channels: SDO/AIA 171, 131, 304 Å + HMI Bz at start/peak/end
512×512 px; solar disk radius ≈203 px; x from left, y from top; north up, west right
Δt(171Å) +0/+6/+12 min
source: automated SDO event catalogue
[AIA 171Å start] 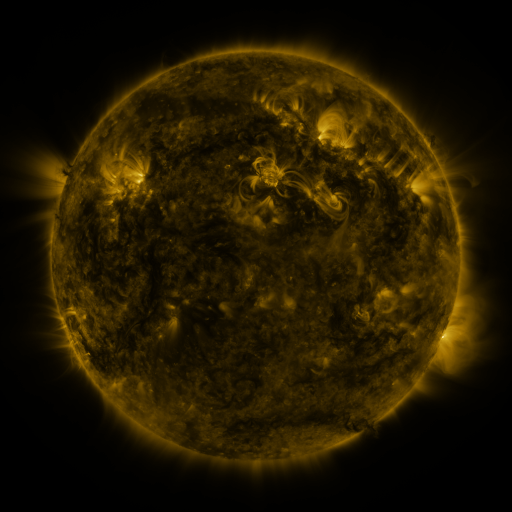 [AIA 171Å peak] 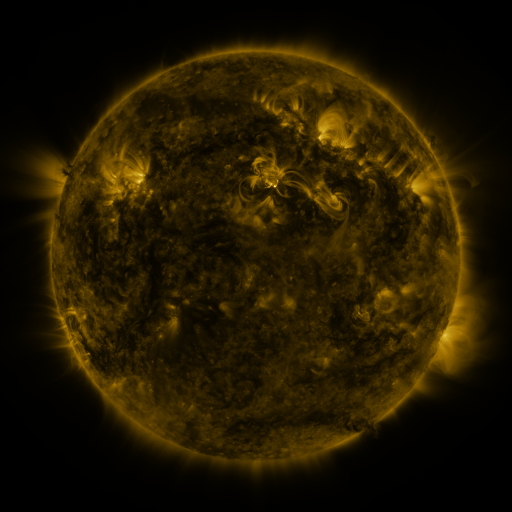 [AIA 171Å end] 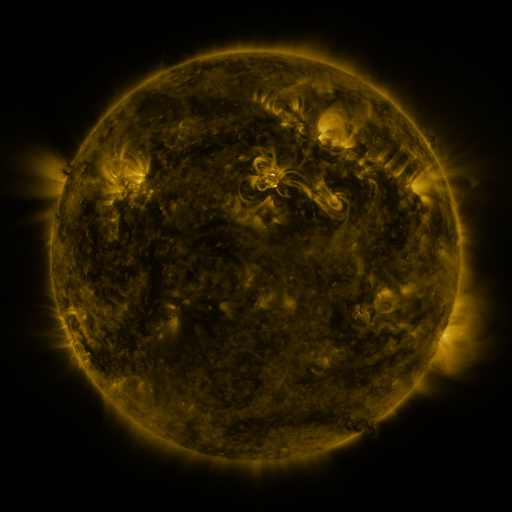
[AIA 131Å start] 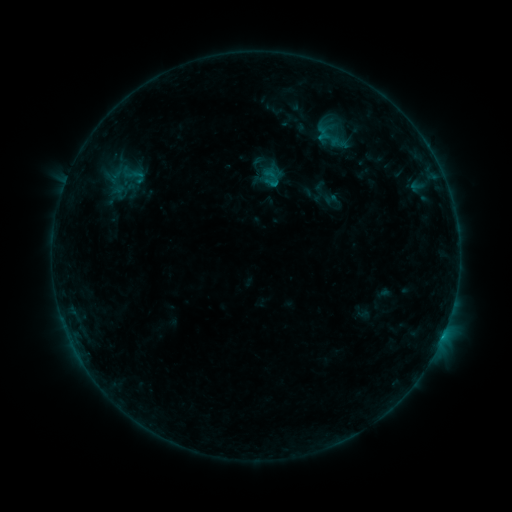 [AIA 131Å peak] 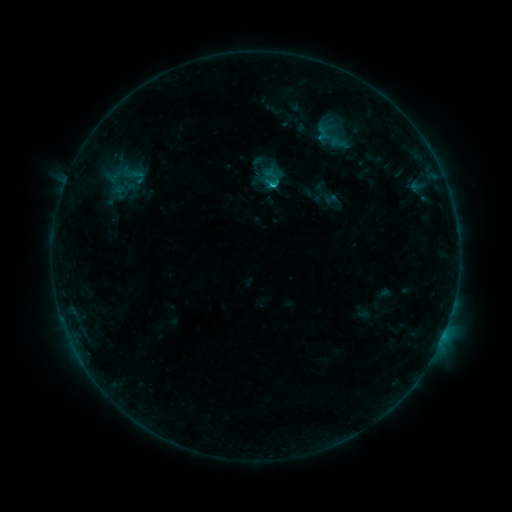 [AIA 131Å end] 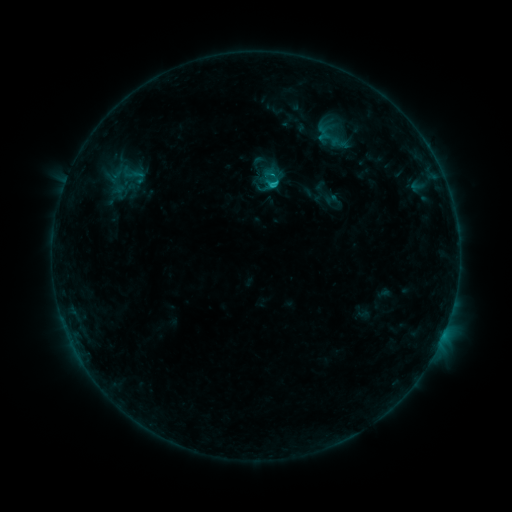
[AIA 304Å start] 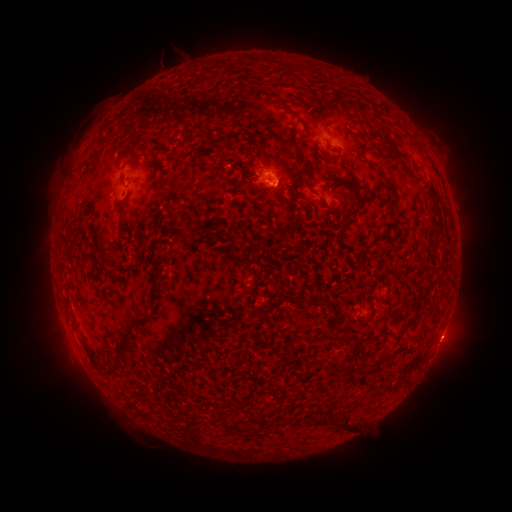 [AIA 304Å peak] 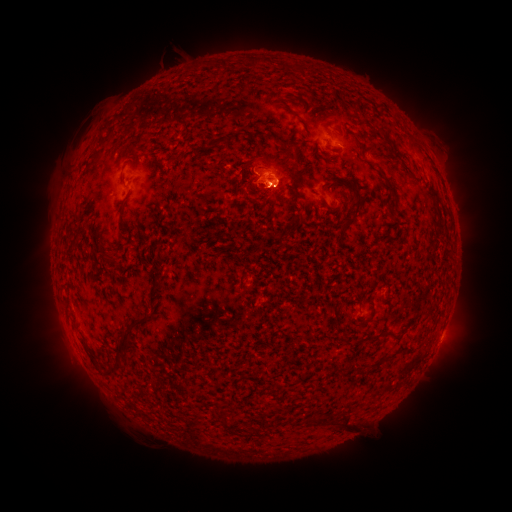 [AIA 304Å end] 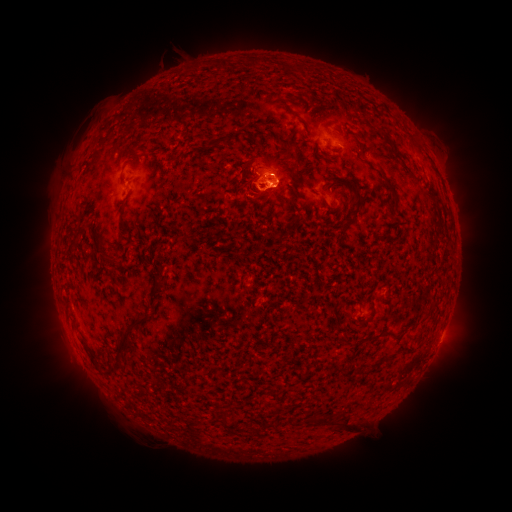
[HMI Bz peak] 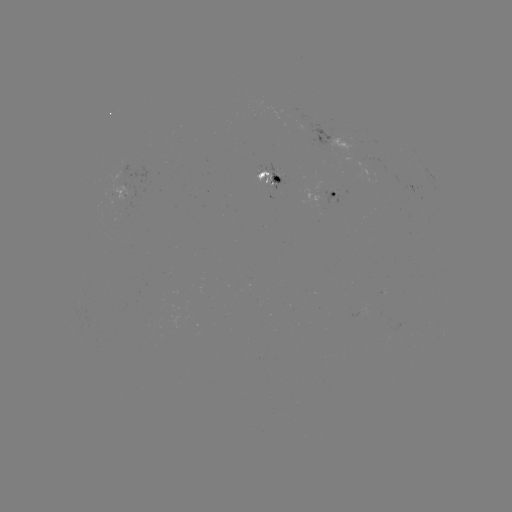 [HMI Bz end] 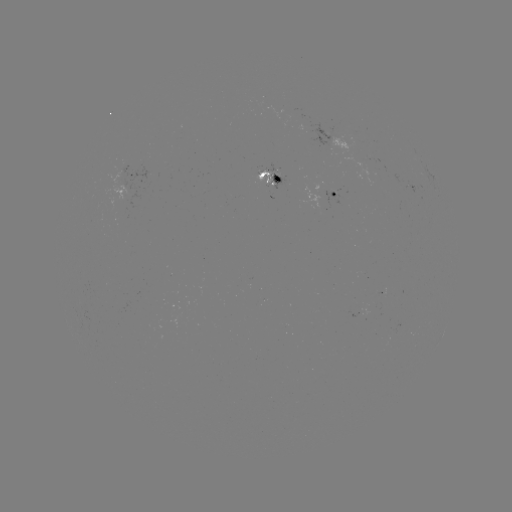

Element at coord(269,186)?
C1.1 flare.